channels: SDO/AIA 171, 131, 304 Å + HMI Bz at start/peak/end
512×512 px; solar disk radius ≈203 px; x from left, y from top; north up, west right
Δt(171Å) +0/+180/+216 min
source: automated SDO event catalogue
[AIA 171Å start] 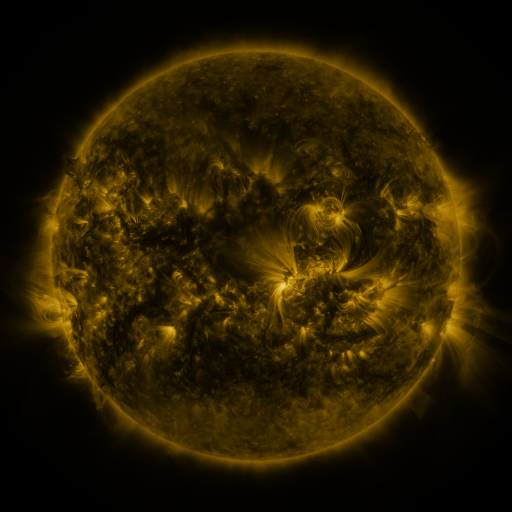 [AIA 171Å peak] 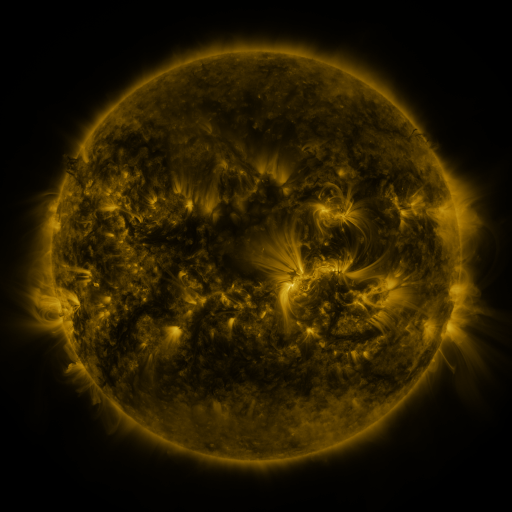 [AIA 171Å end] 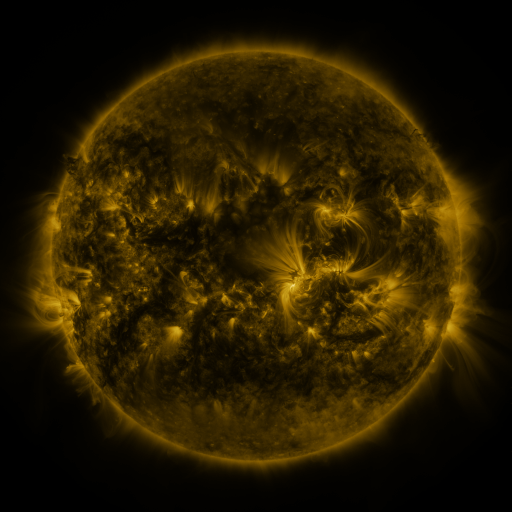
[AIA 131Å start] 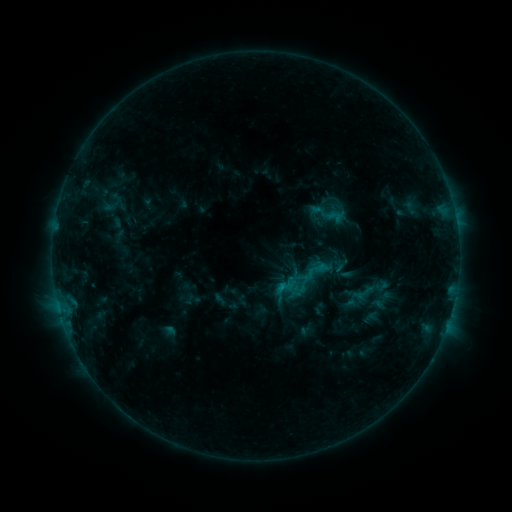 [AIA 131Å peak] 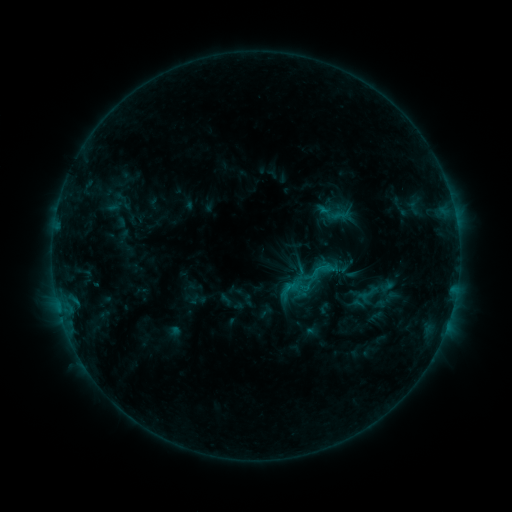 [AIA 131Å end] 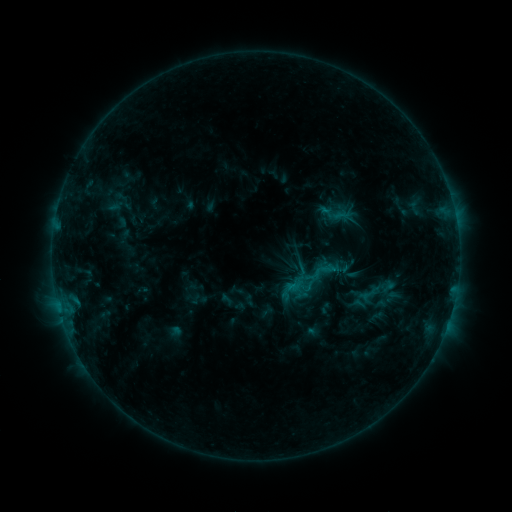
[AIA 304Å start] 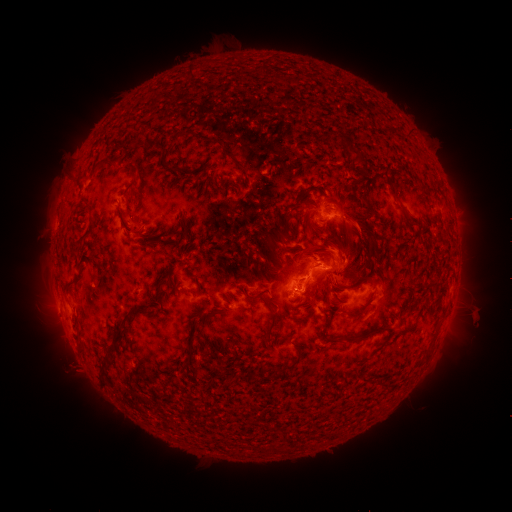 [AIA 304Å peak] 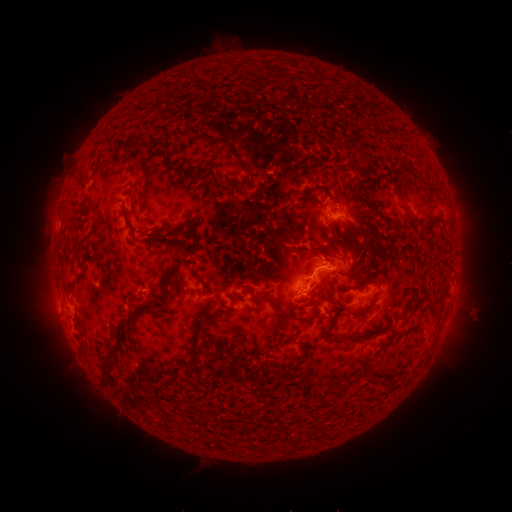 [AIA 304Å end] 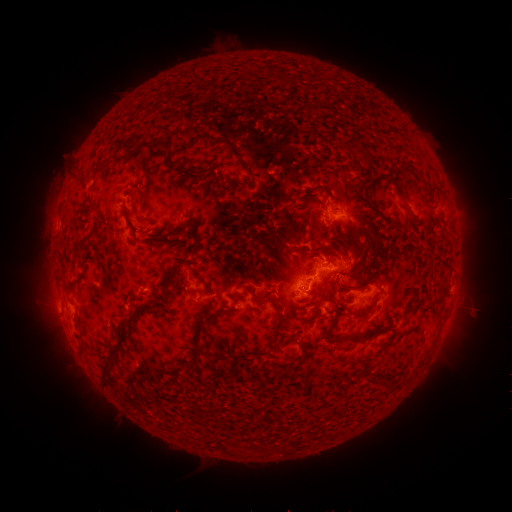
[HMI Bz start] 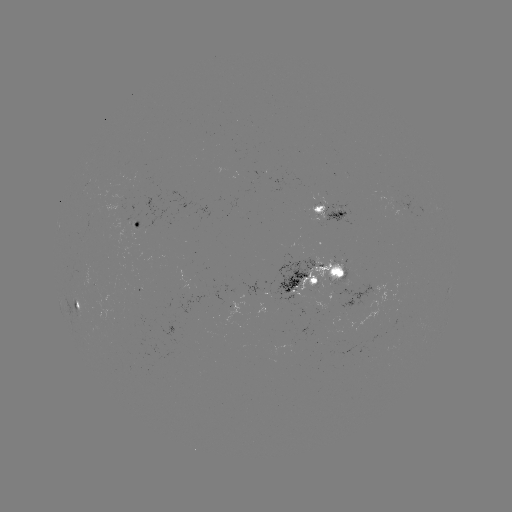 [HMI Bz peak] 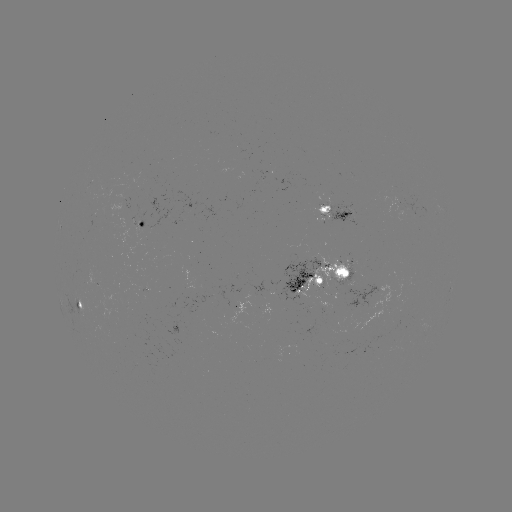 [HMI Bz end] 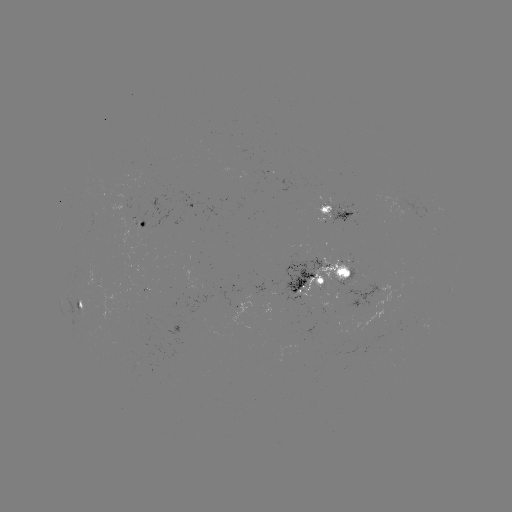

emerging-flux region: (311, 204, 331, 222)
